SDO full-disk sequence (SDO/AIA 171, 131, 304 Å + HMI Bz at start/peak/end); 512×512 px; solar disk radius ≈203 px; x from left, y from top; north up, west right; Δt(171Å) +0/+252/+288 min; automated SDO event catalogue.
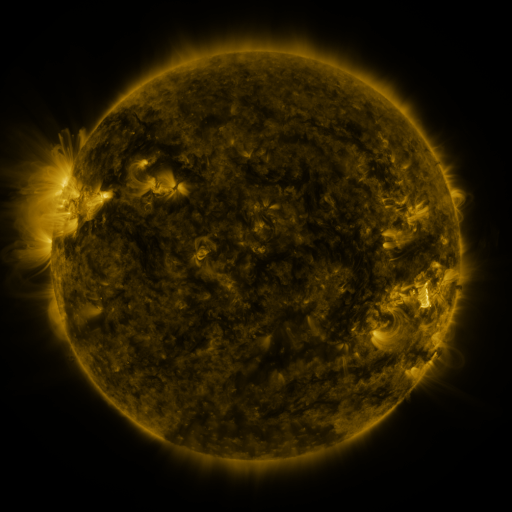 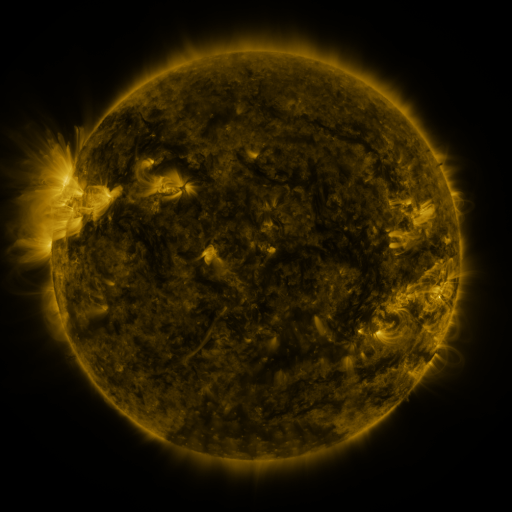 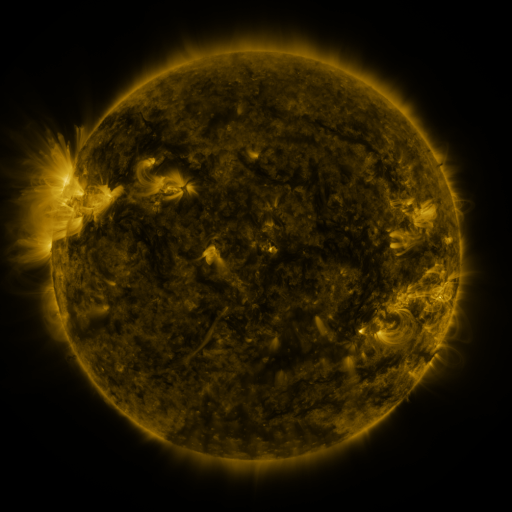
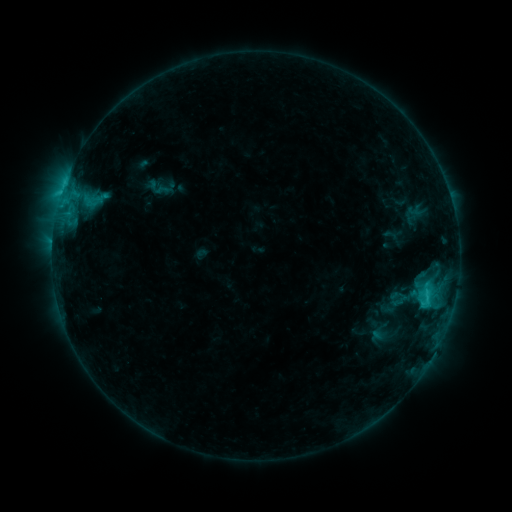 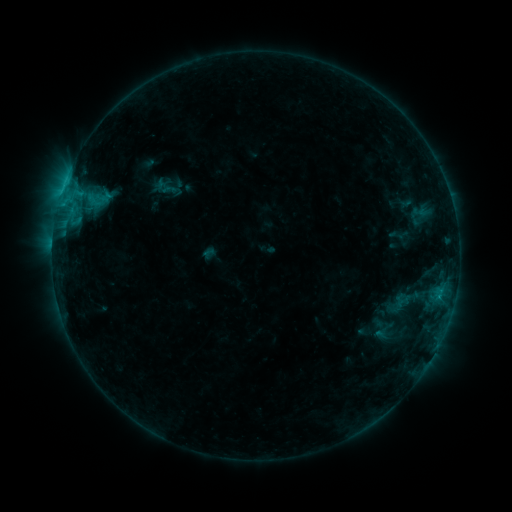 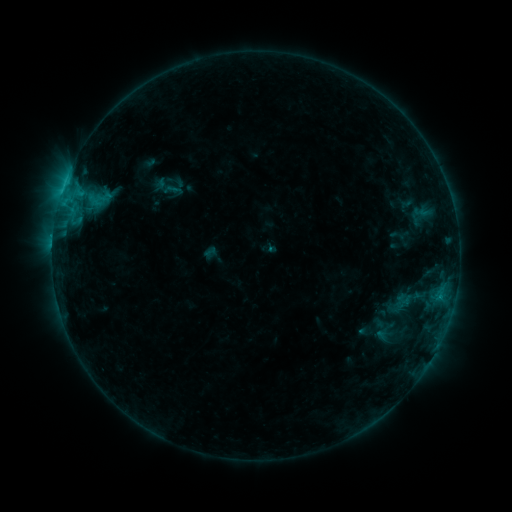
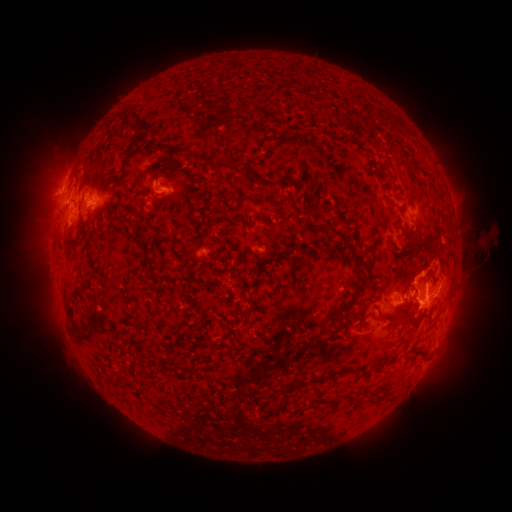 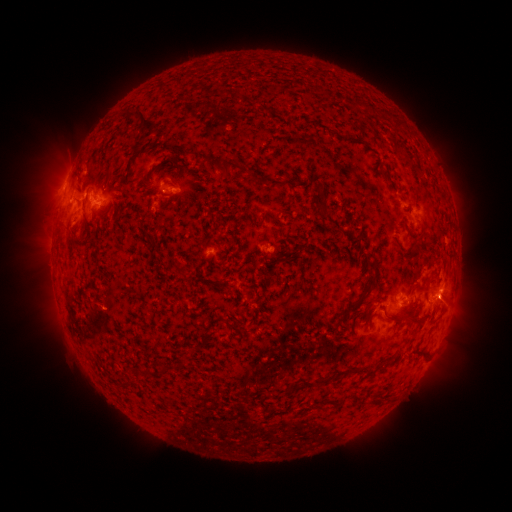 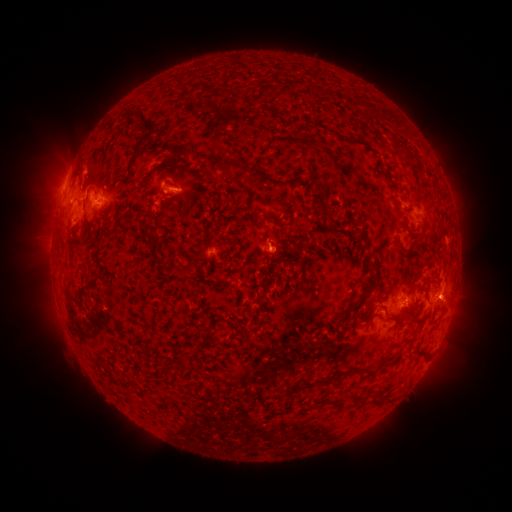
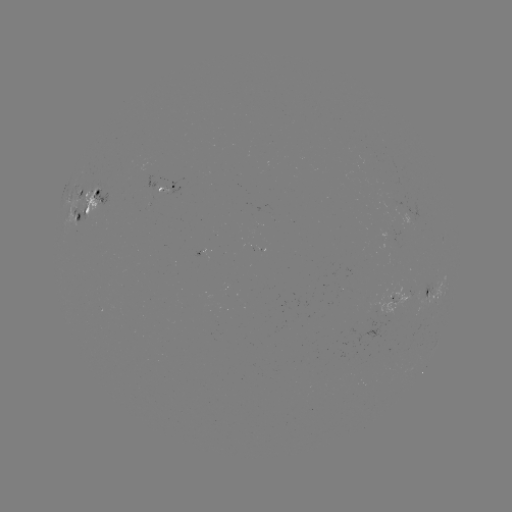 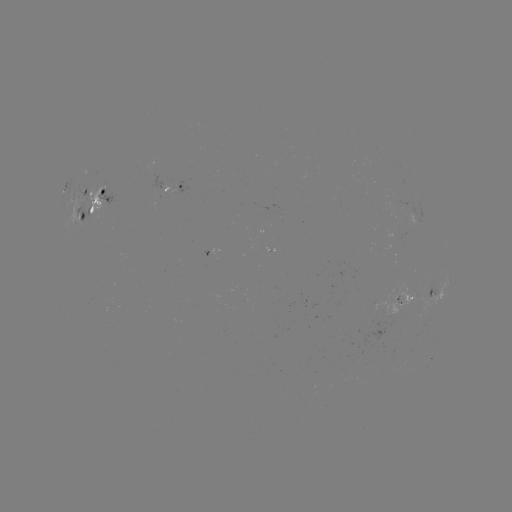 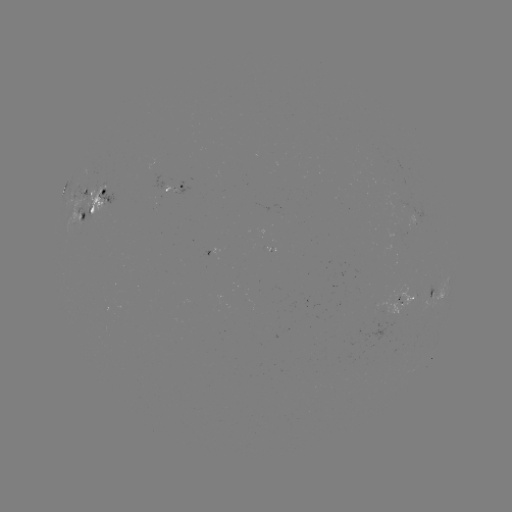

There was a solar emerging-flux region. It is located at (99, 192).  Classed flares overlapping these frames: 2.